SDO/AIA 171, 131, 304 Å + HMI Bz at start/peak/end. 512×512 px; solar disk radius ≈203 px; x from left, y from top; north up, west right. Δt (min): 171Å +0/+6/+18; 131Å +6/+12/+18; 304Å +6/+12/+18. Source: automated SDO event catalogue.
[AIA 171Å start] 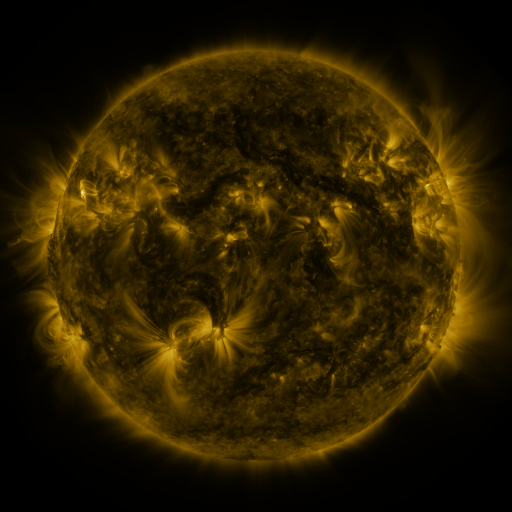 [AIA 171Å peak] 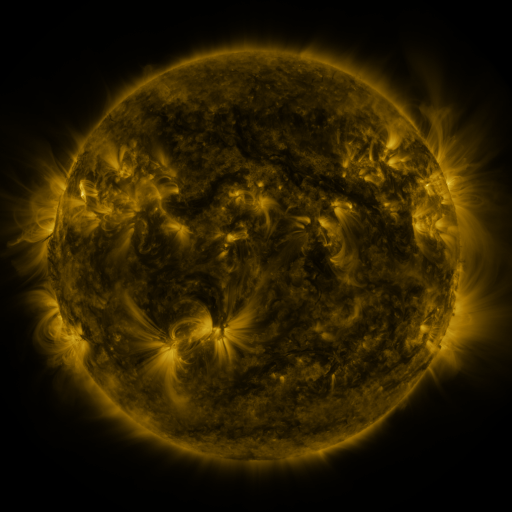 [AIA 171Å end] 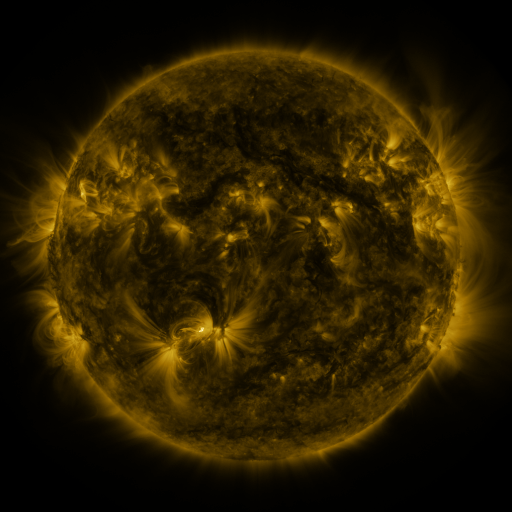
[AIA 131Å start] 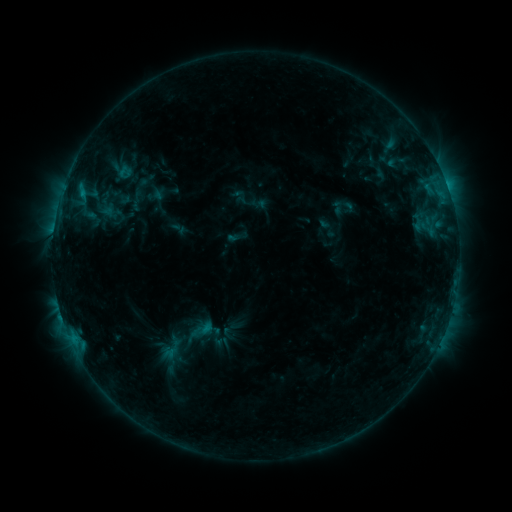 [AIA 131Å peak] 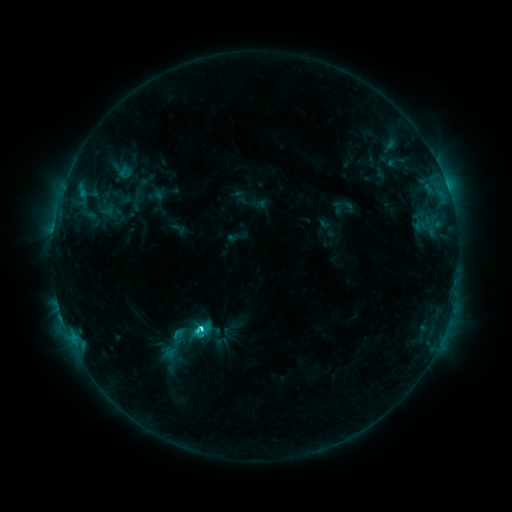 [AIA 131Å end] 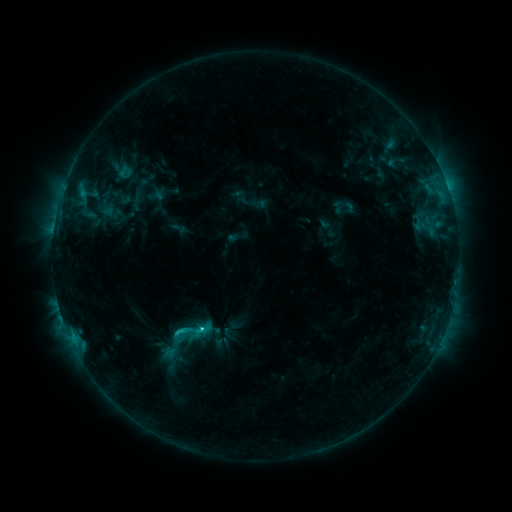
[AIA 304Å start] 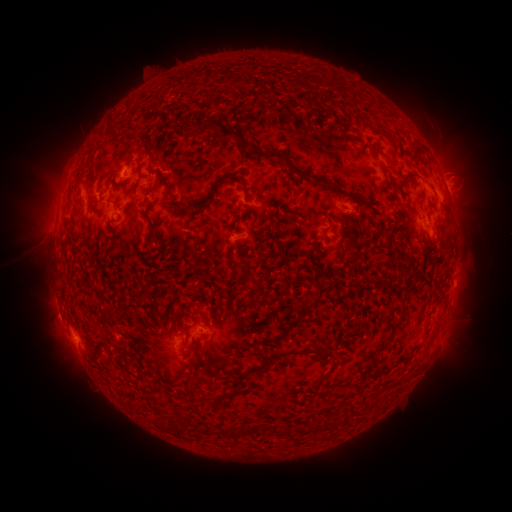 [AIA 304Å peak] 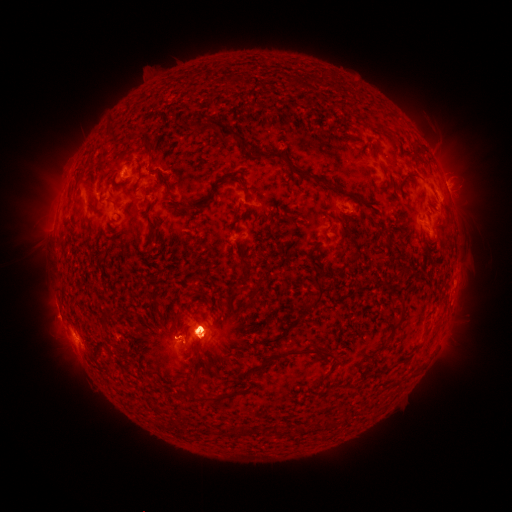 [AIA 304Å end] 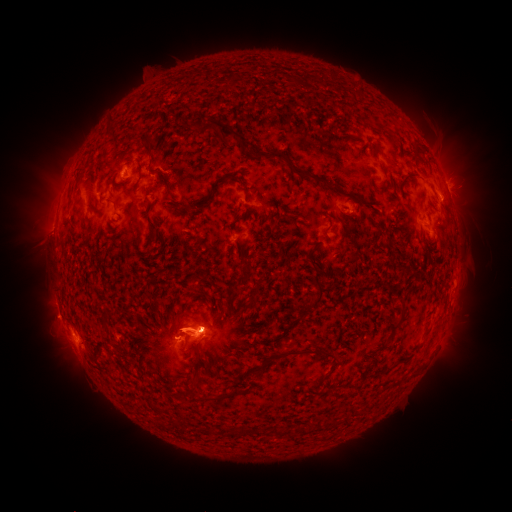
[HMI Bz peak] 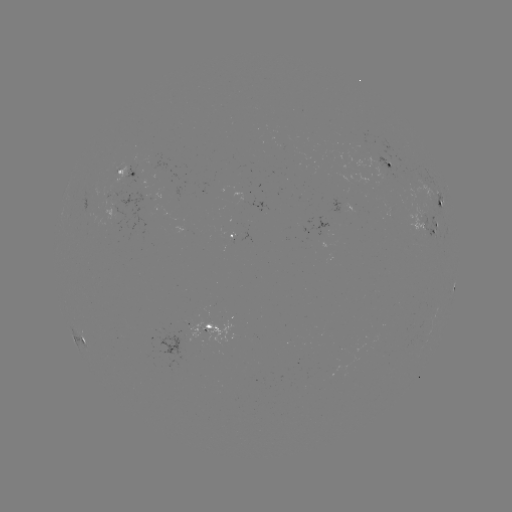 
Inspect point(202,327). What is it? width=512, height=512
C2.9 flare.